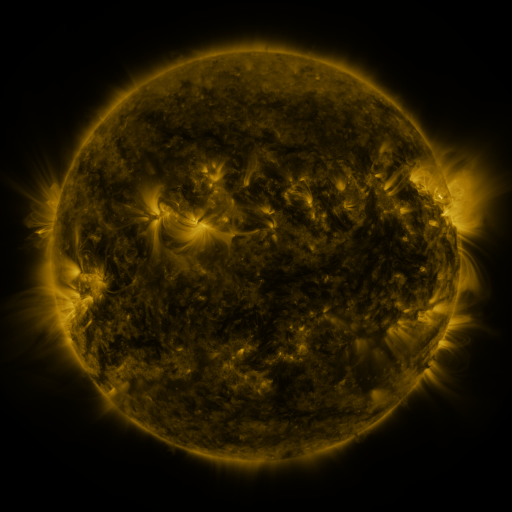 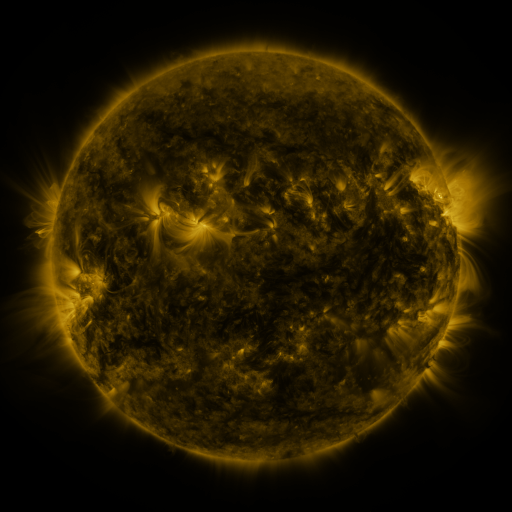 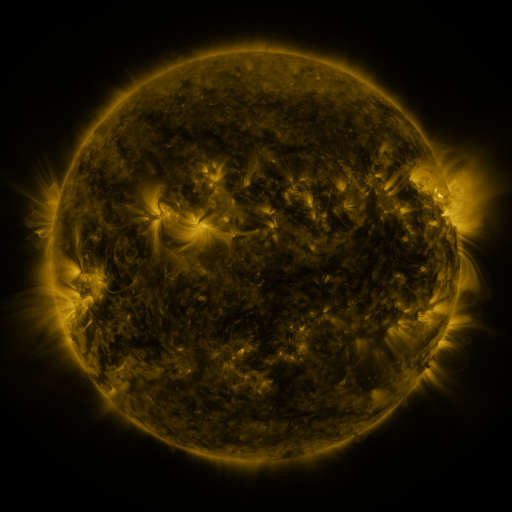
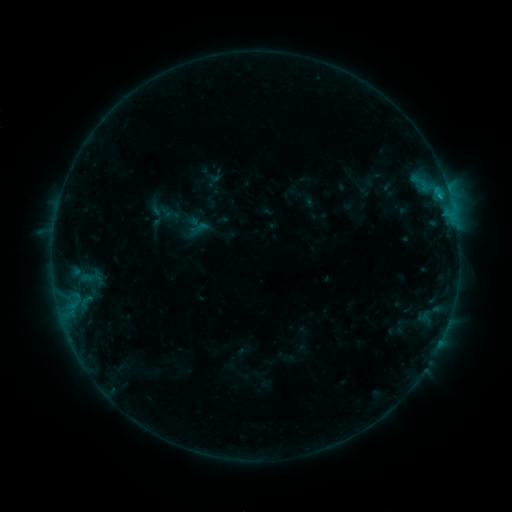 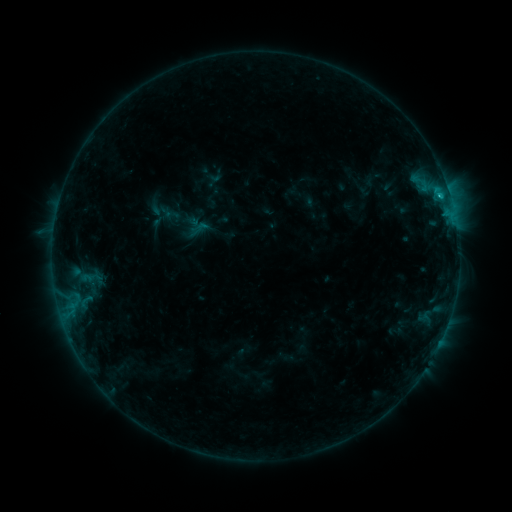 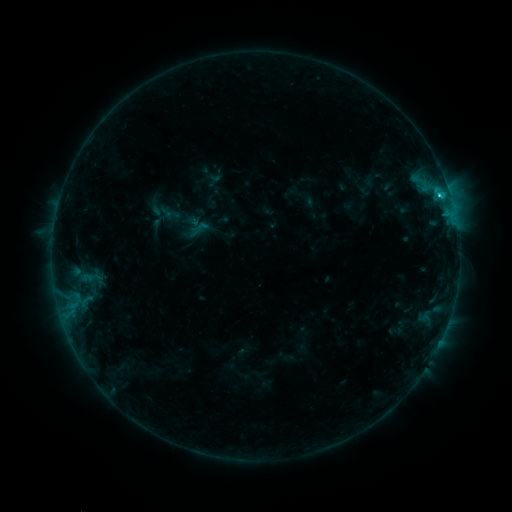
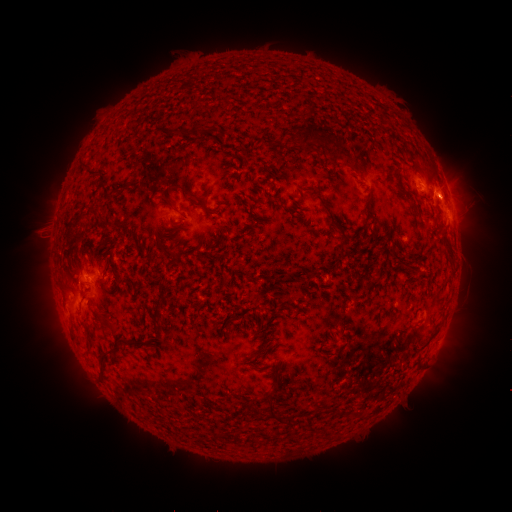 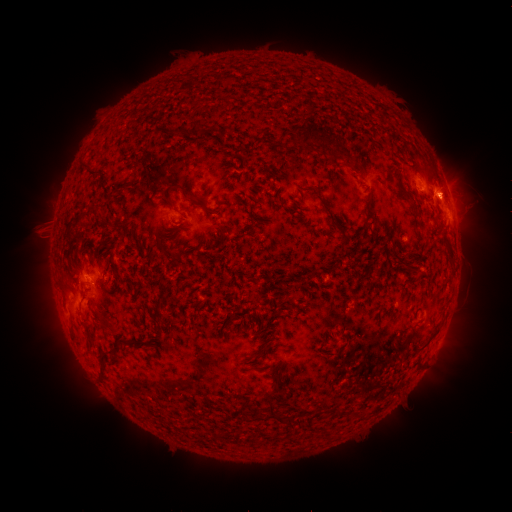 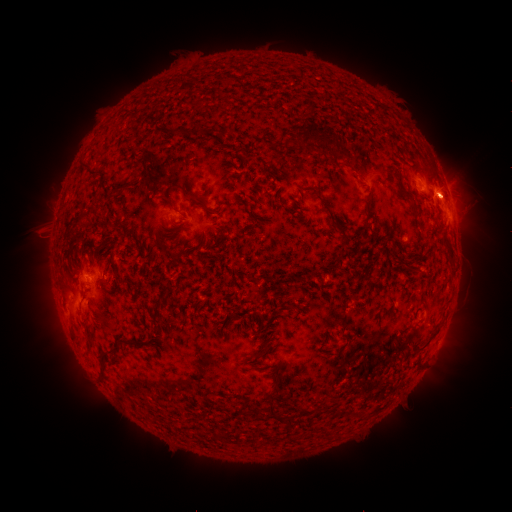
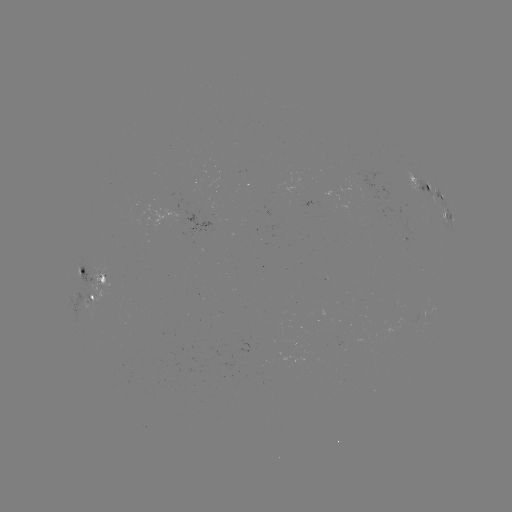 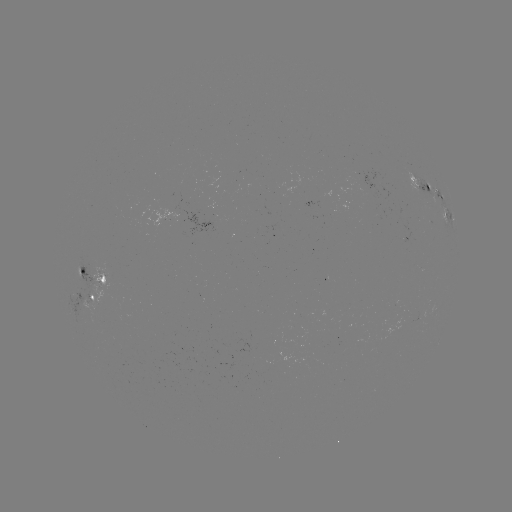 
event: flare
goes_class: C1.3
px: (440, 198)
